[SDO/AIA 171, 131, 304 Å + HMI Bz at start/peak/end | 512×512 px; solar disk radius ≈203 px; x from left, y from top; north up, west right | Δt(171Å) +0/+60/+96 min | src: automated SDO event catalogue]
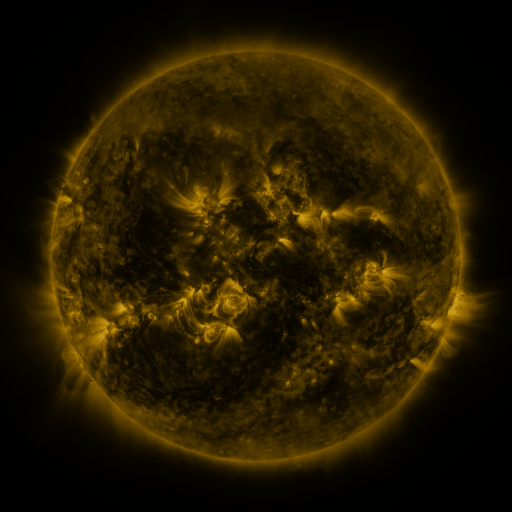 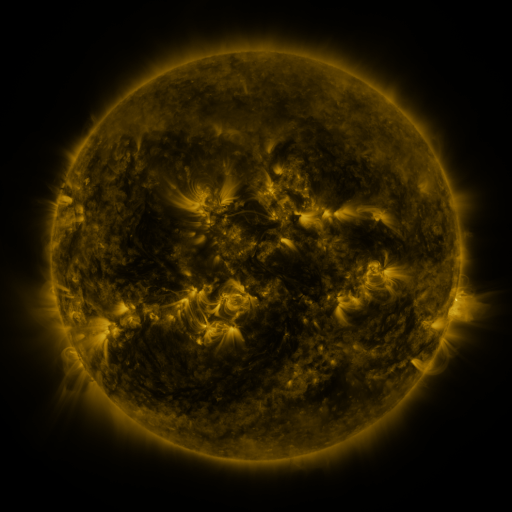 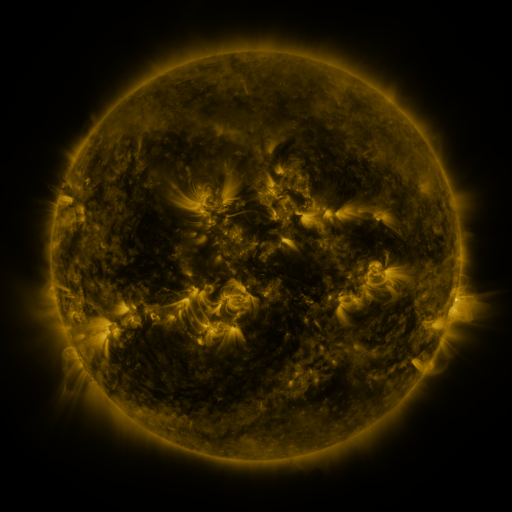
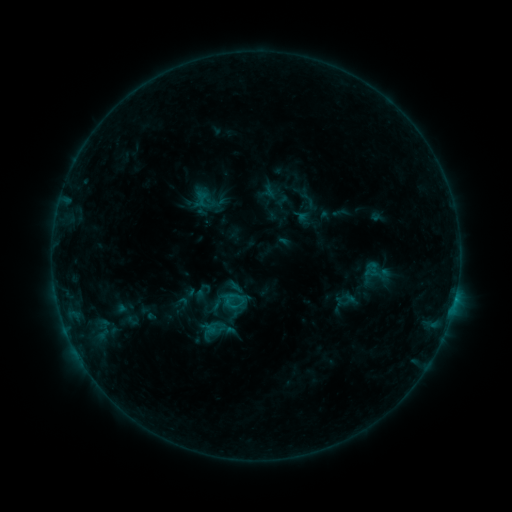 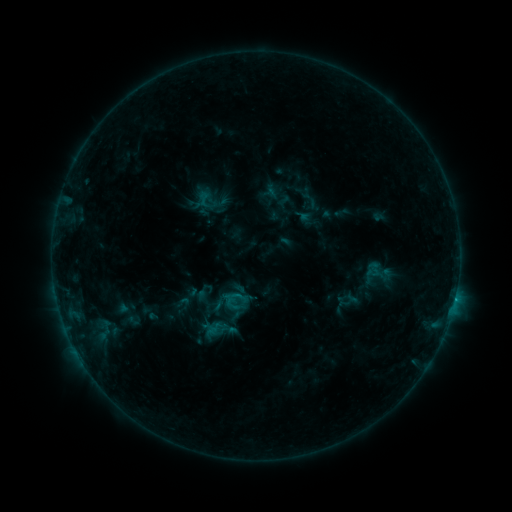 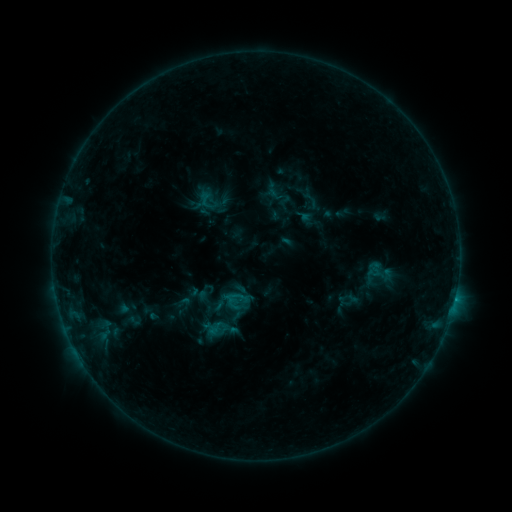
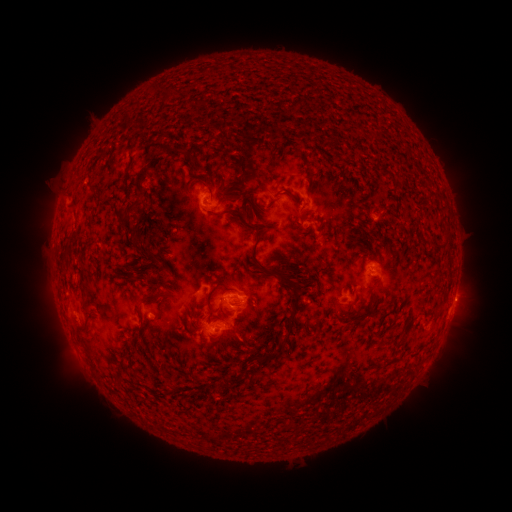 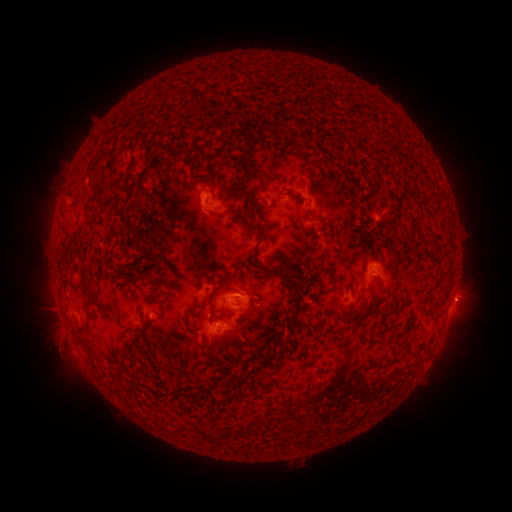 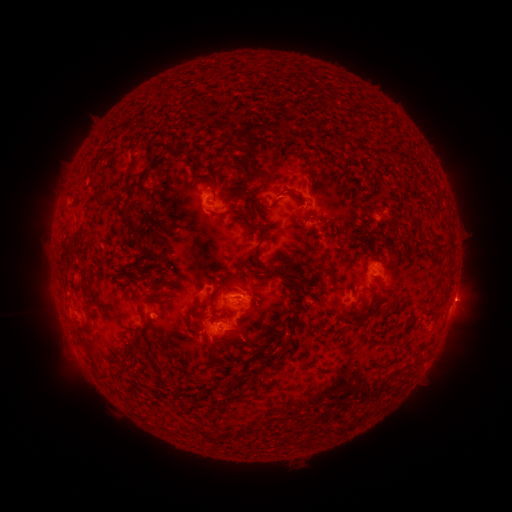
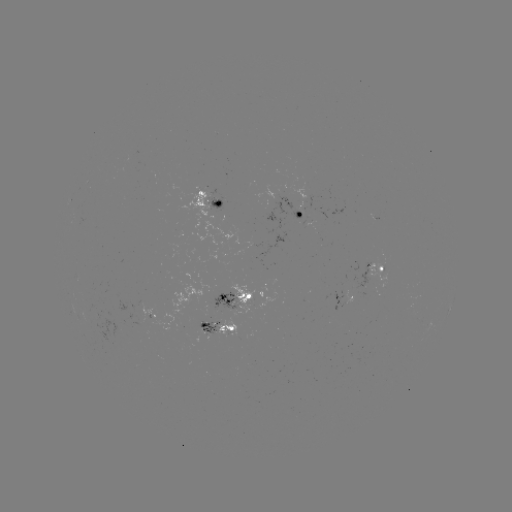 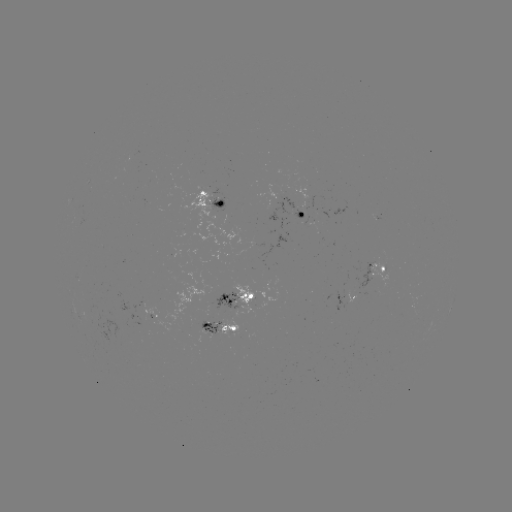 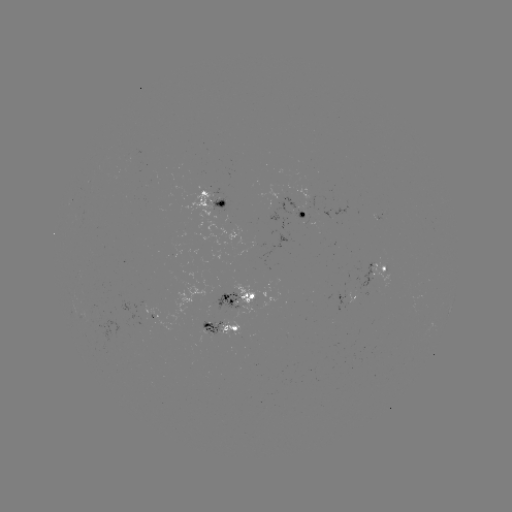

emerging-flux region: (199, 321, 222, 334)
